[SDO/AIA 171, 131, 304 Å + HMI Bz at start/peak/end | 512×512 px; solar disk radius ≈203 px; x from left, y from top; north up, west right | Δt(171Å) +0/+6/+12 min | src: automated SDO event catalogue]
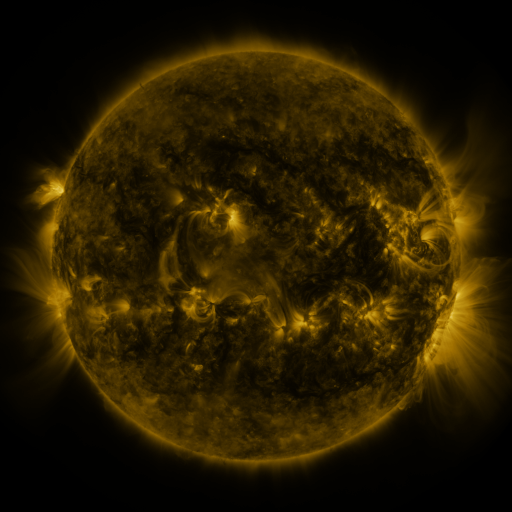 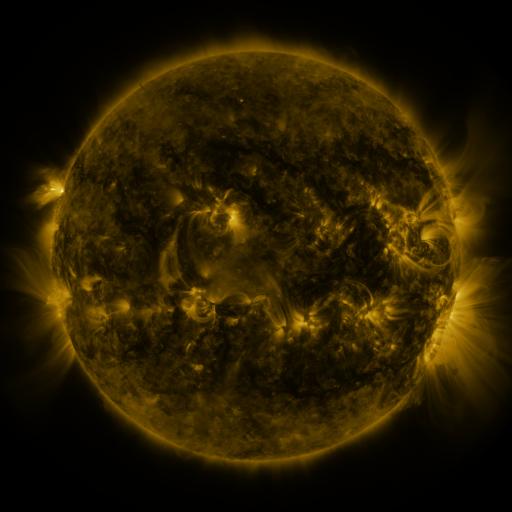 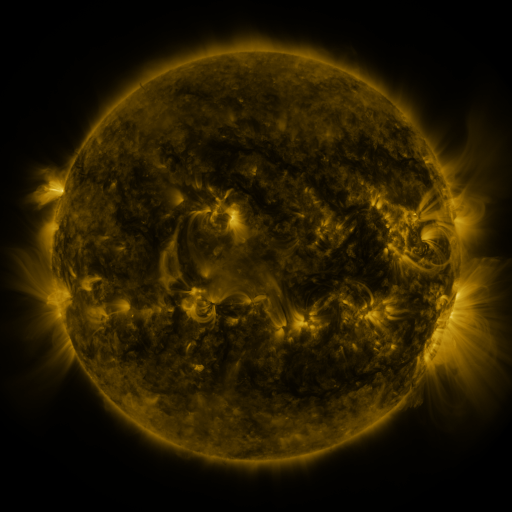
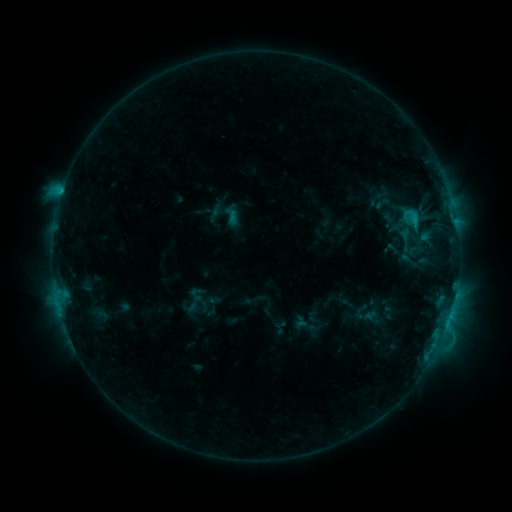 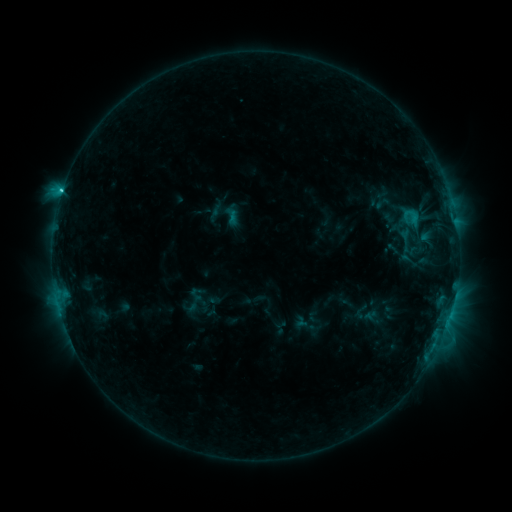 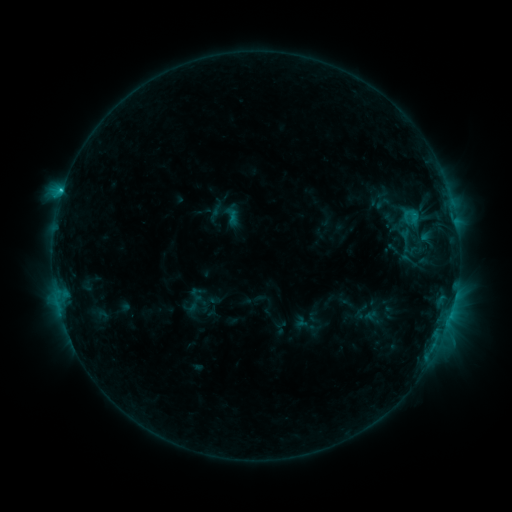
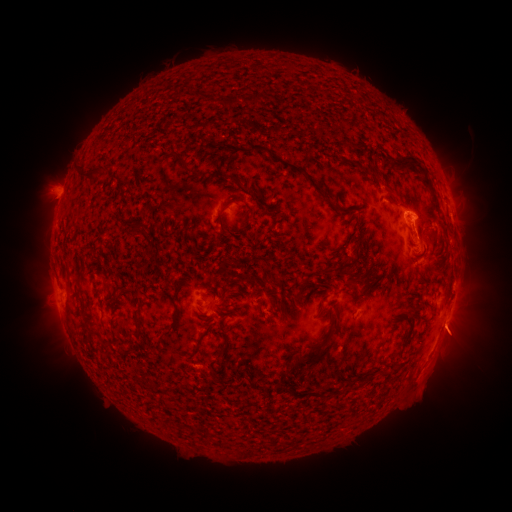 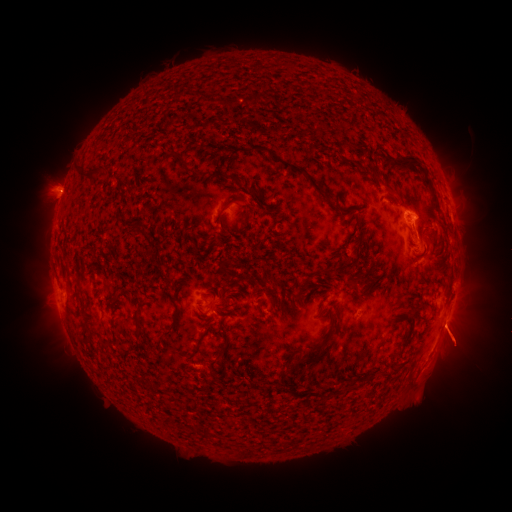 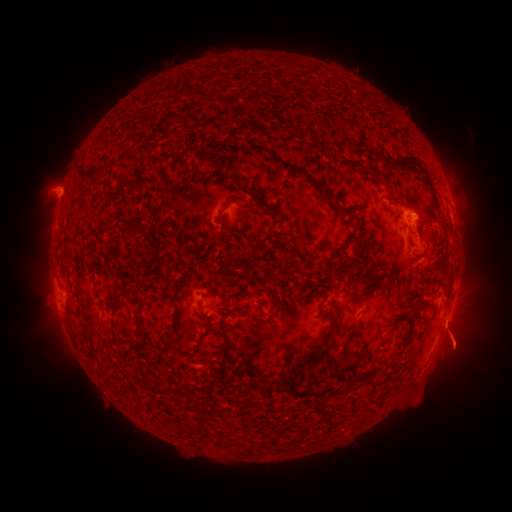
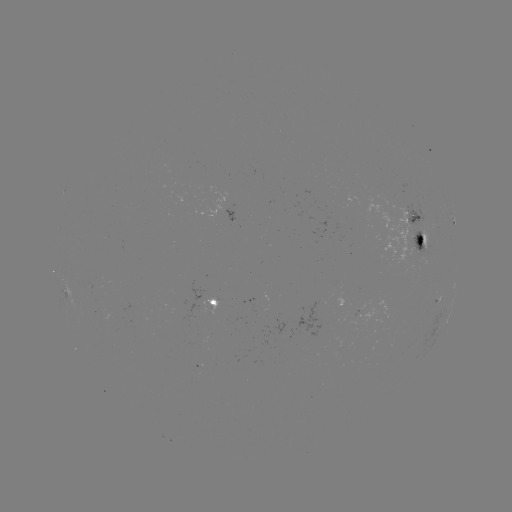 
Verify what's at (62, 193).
C2.0 flare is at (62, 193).